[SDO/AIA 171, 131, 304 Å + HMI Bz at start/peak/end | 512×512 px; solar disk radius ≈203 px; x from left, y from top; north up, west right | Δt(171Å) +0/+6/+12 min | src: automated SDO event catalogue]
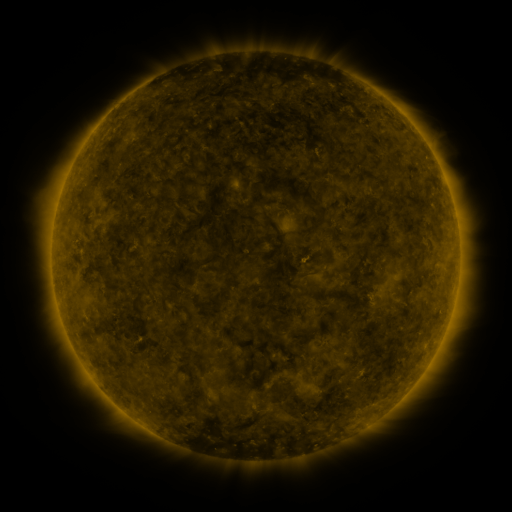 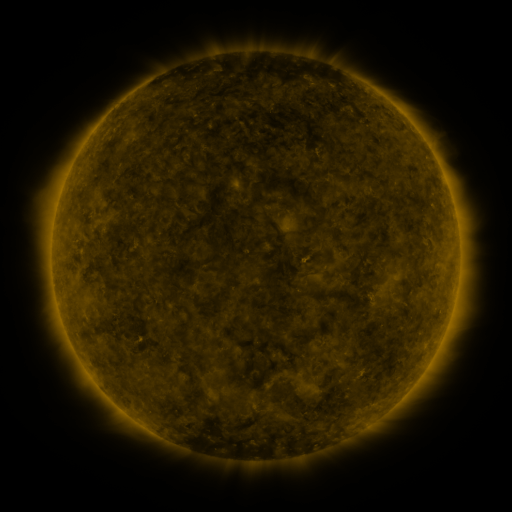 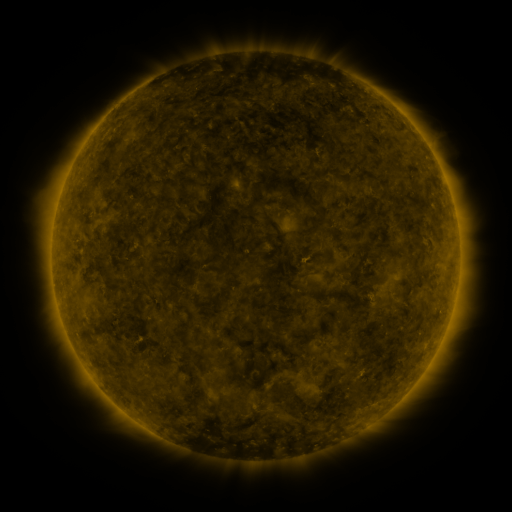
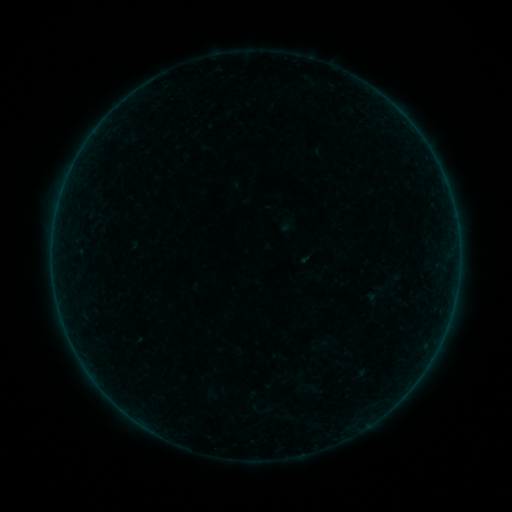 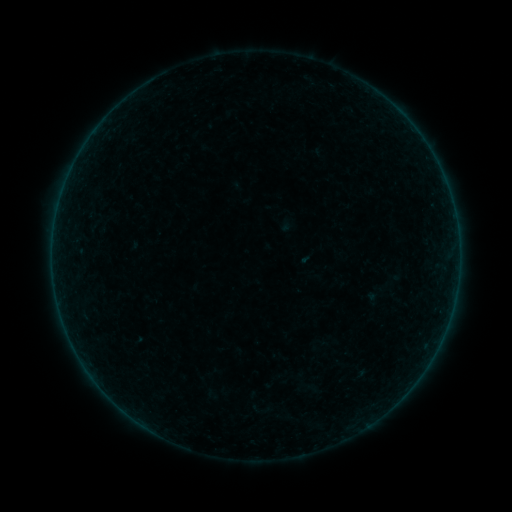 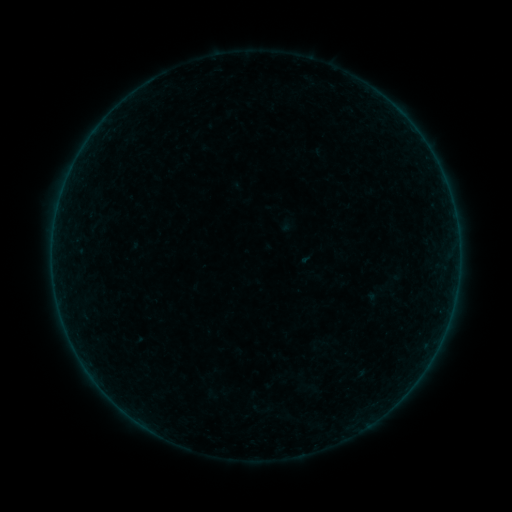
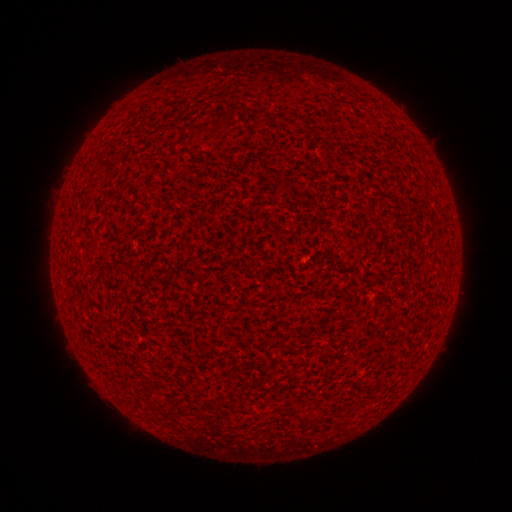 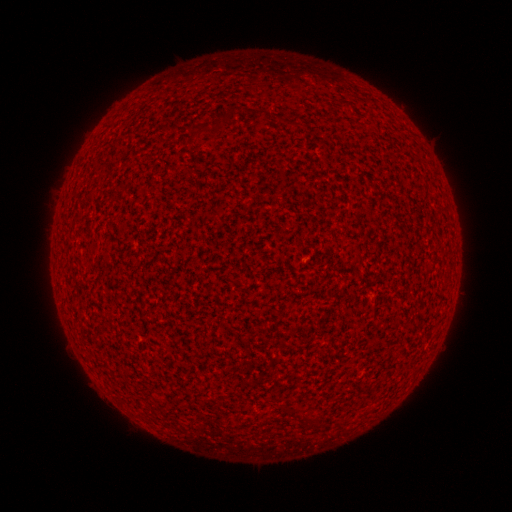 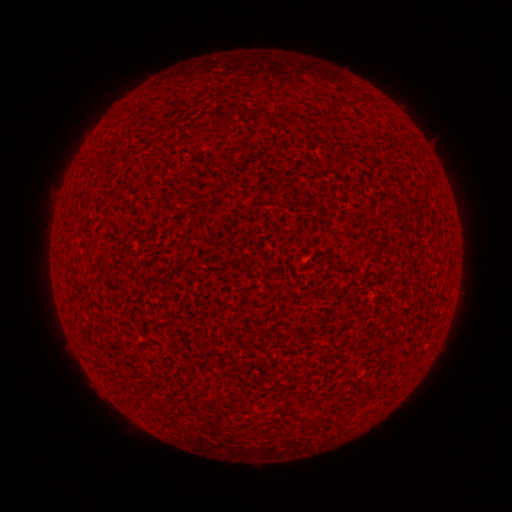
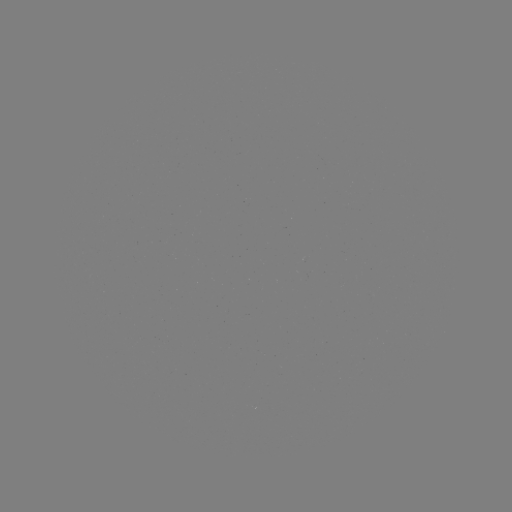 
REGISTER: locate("A1.1 flare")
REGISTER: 397,110